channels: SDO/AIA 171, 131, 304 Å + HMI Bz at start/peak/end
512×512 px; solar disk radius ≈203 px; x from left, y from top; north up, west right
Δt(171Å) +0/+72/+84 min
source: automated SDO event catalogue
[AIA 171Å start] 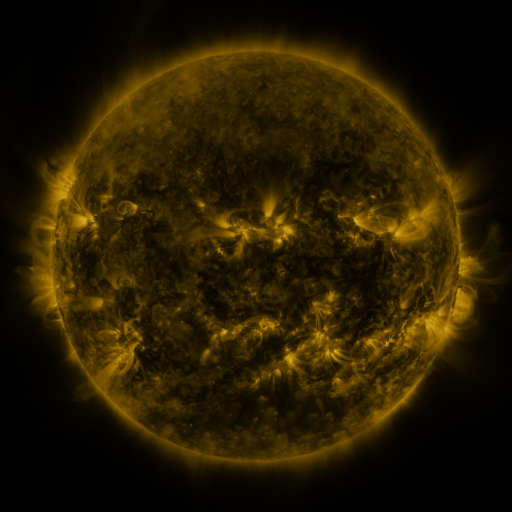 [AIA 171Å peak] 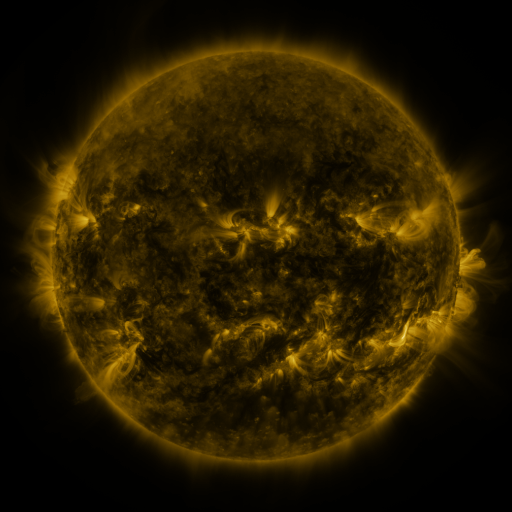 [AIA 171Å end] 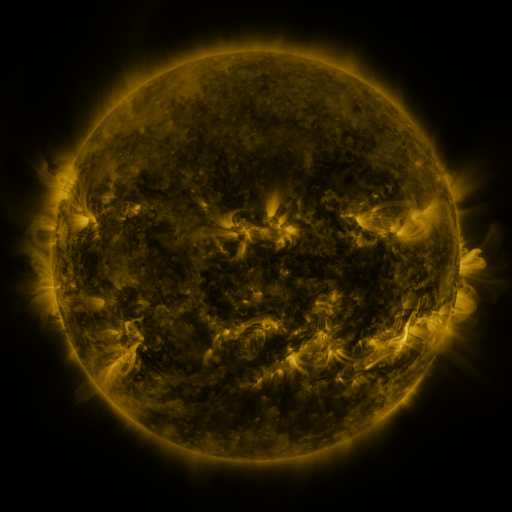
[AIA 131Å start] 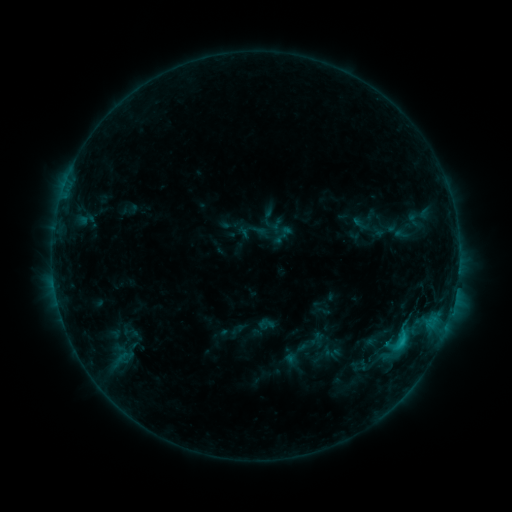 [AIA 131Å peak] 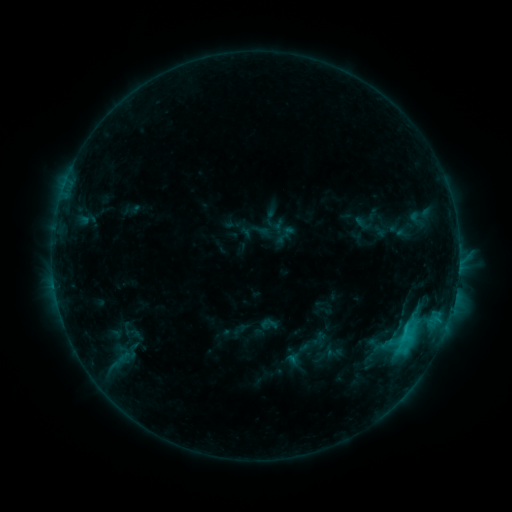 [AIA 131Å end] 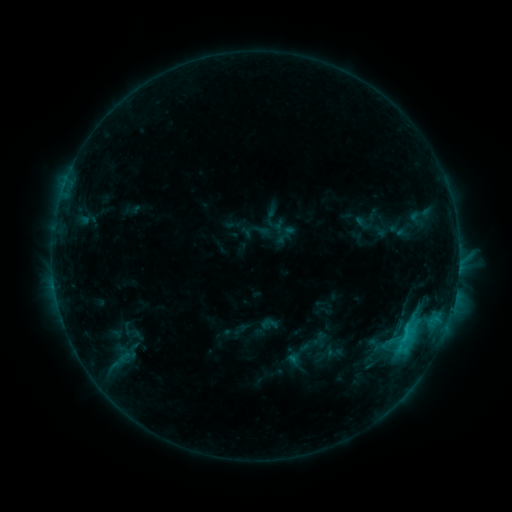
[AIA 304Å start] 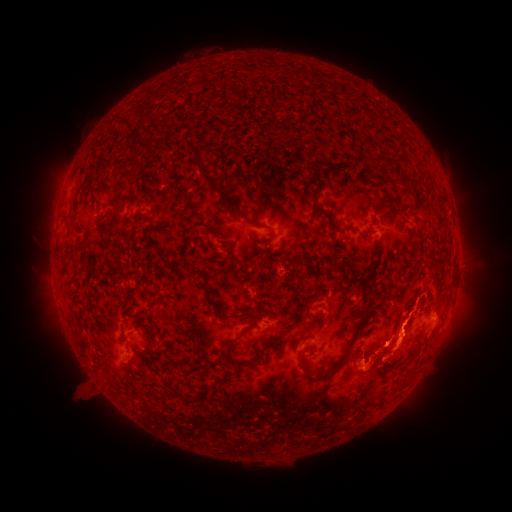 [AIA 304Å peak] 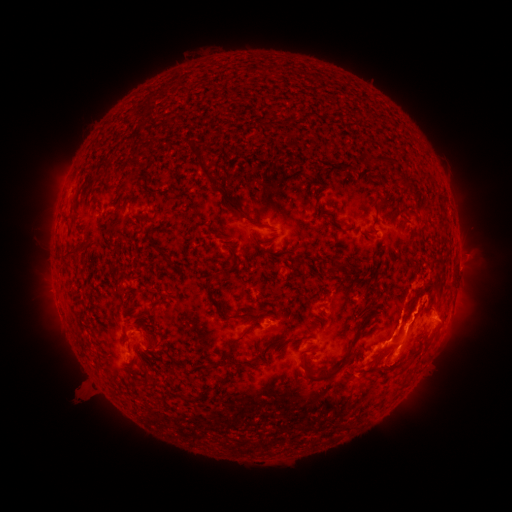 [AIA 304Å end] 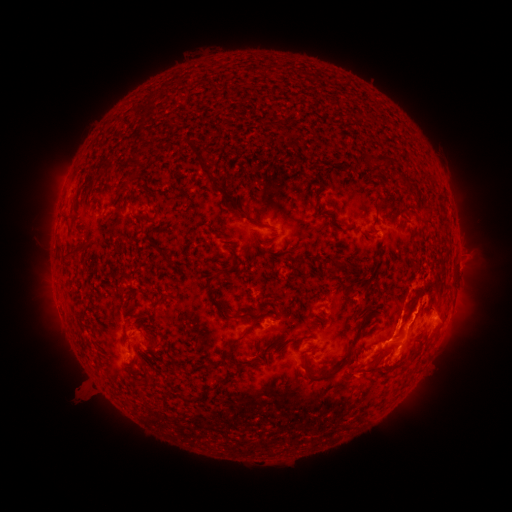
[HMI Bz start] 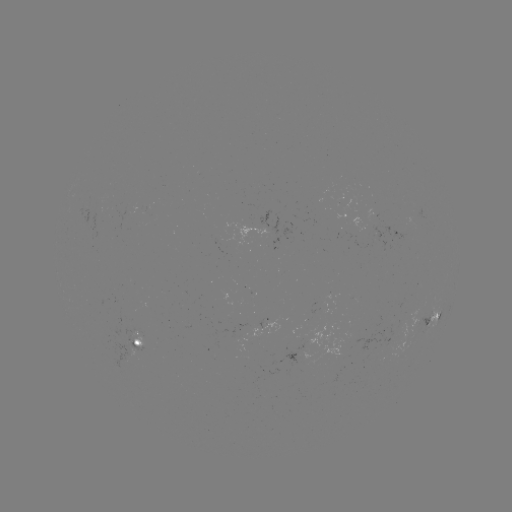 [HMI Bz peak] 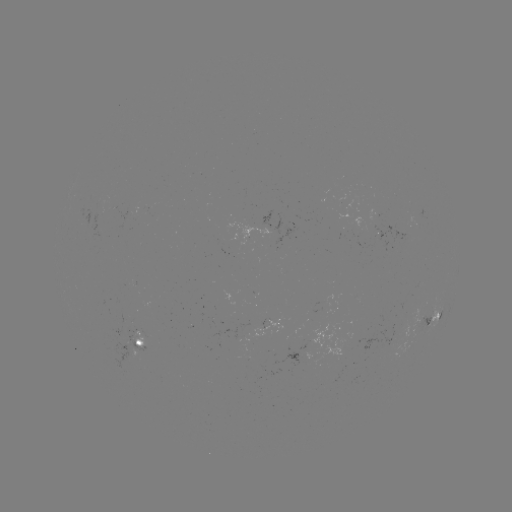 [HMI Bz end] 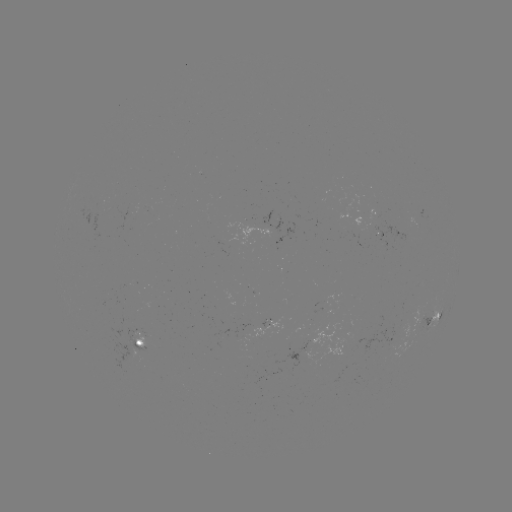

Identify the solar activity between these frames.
emerging-flux region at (337, 354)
